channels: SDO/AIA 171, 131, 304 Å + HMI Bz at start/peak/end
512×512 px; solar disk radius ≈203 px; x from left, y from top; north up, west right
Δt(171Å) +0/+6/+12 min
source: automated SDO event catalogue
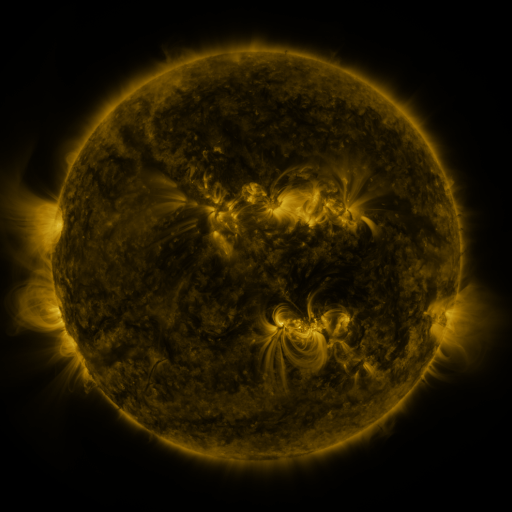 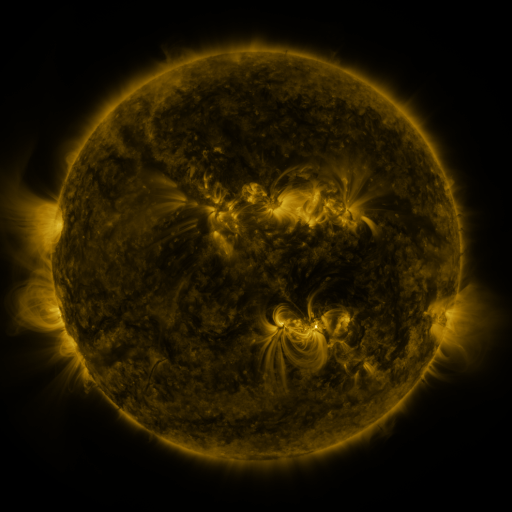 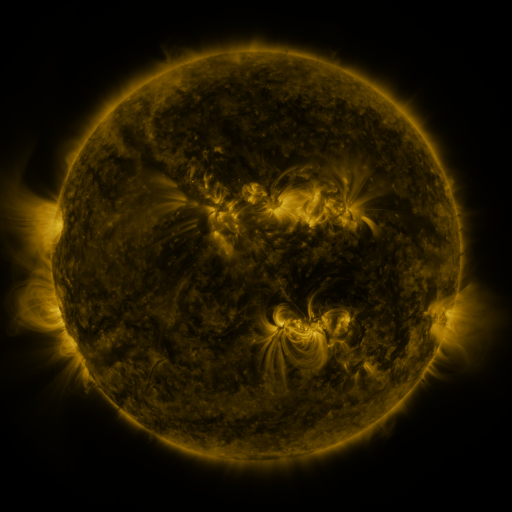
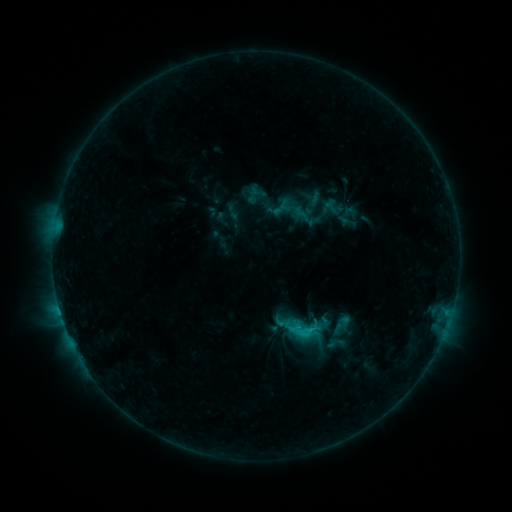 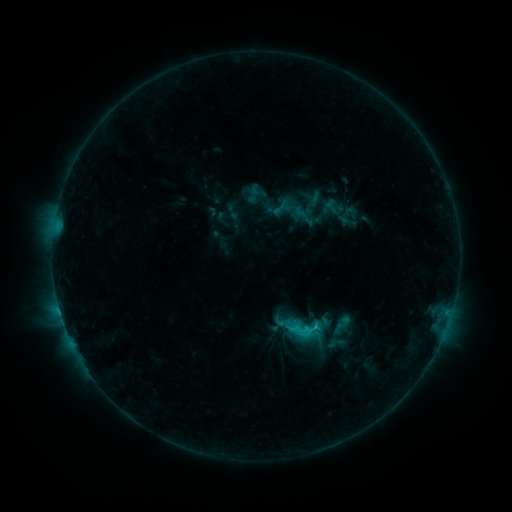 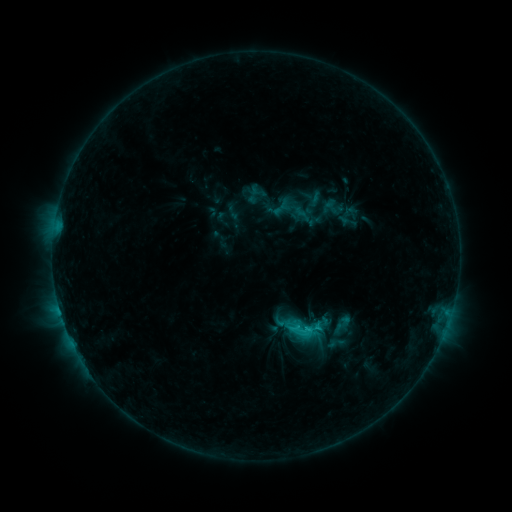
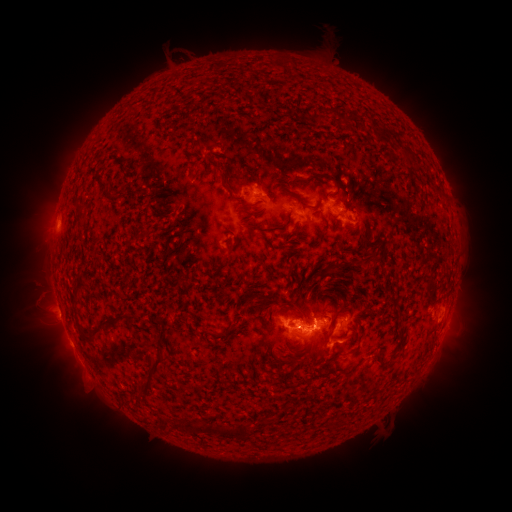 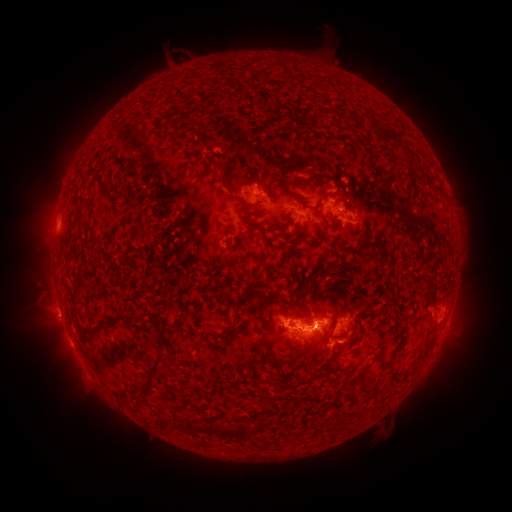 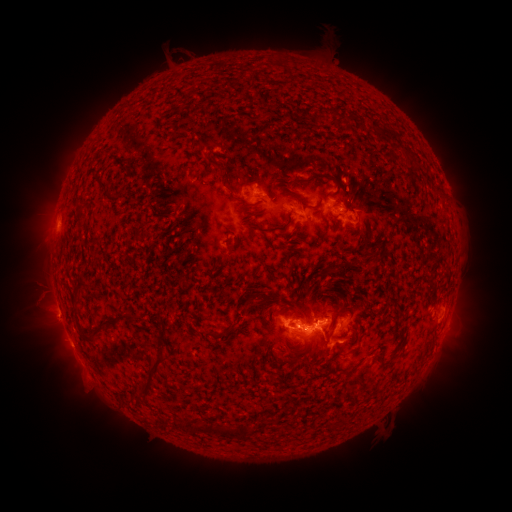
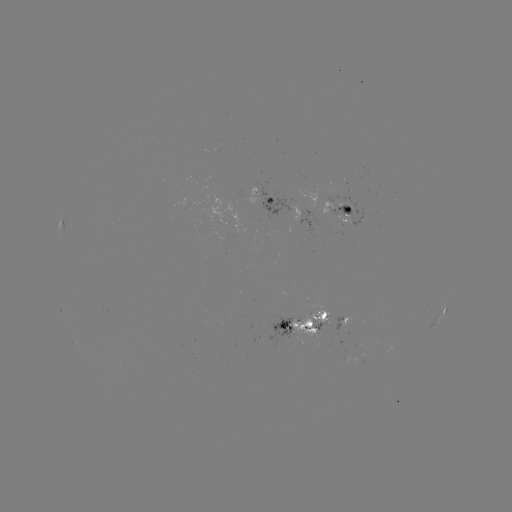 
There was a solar eruption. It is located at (324, 318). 